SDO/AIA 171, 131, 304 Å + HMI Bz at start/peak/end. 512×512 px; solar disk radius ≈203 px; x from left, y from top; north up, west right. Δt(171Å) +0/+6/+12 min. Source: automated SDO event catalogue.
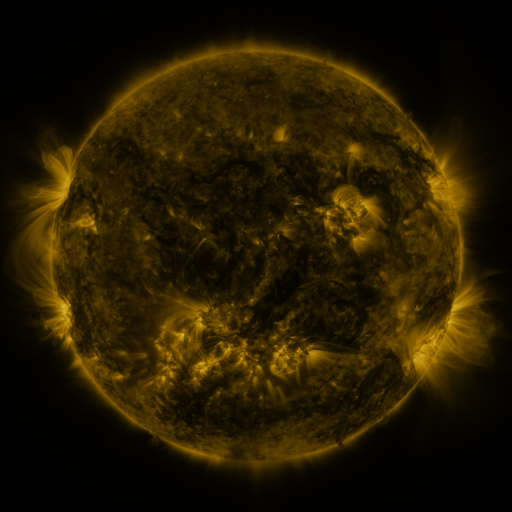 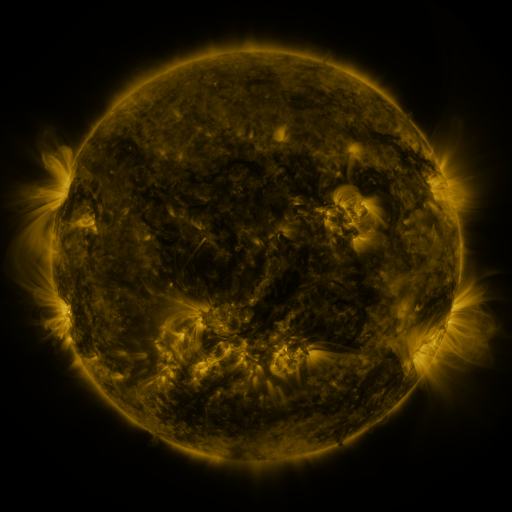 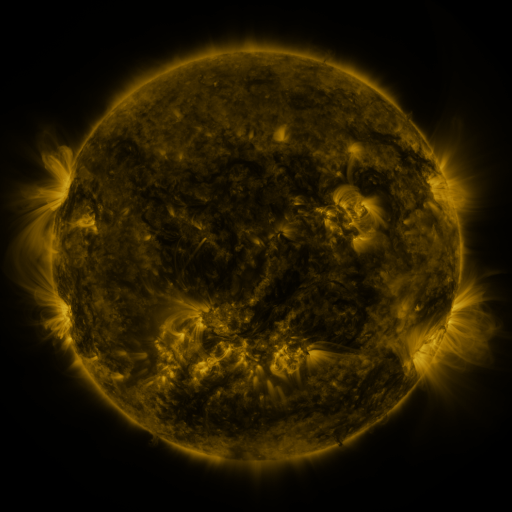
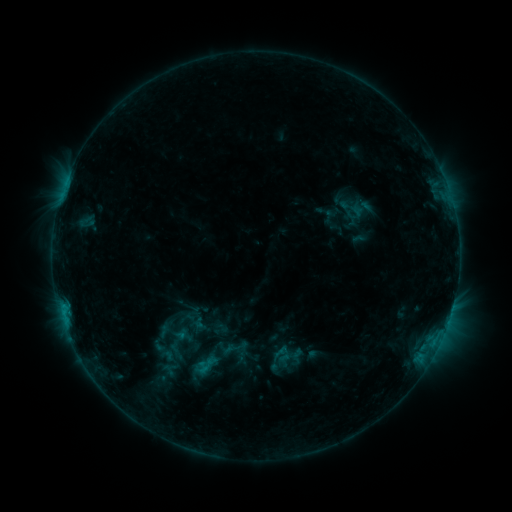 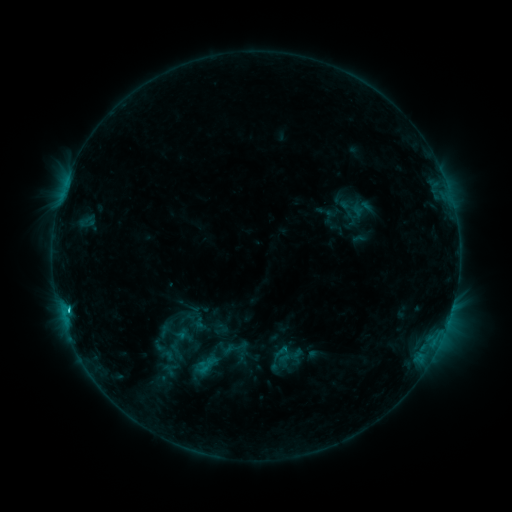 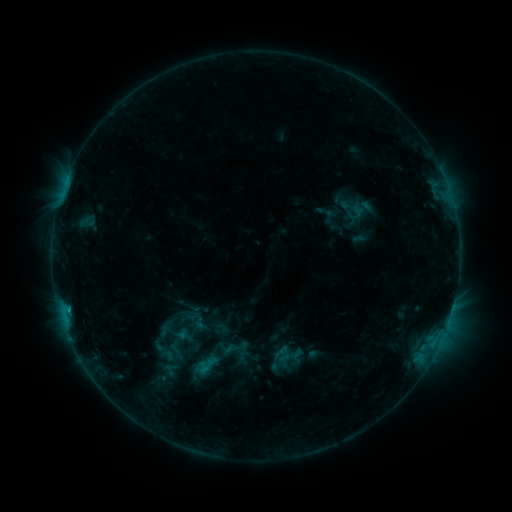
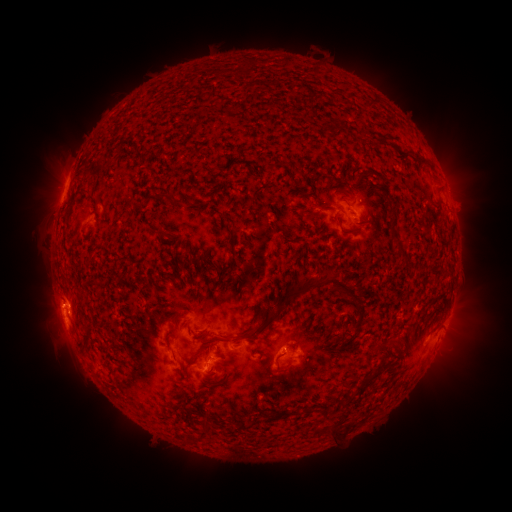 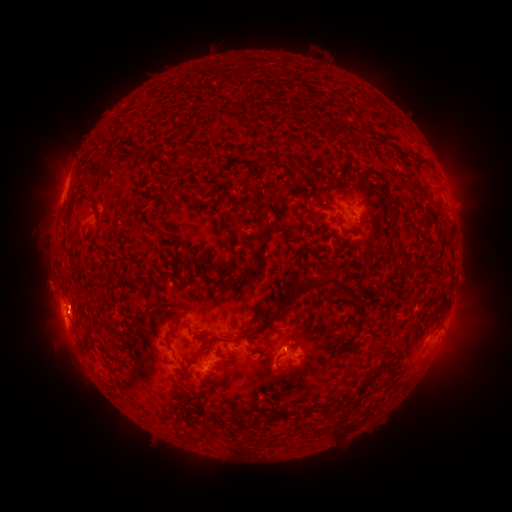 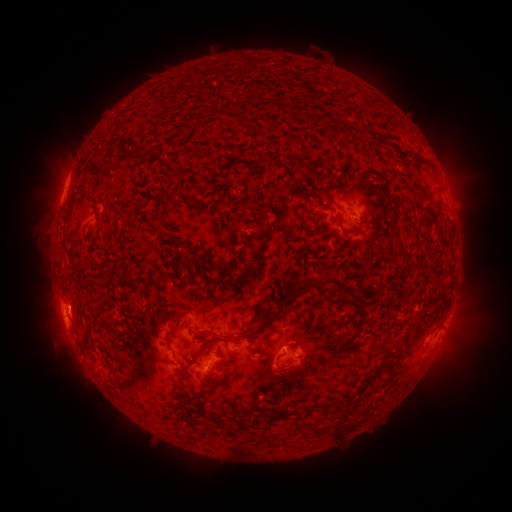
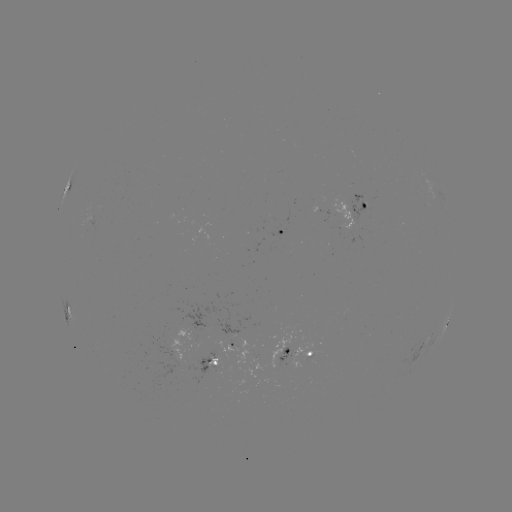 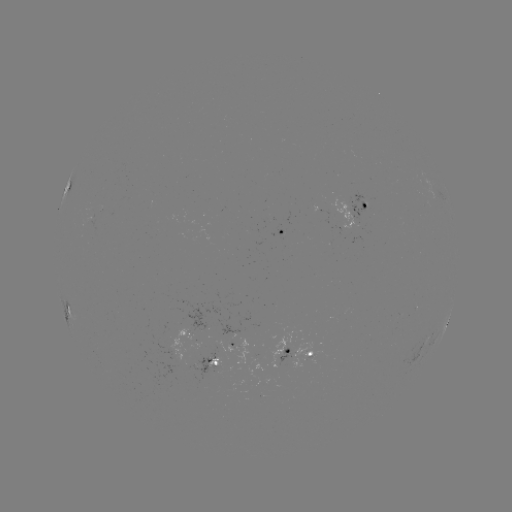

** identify eruption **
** (46, 287) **